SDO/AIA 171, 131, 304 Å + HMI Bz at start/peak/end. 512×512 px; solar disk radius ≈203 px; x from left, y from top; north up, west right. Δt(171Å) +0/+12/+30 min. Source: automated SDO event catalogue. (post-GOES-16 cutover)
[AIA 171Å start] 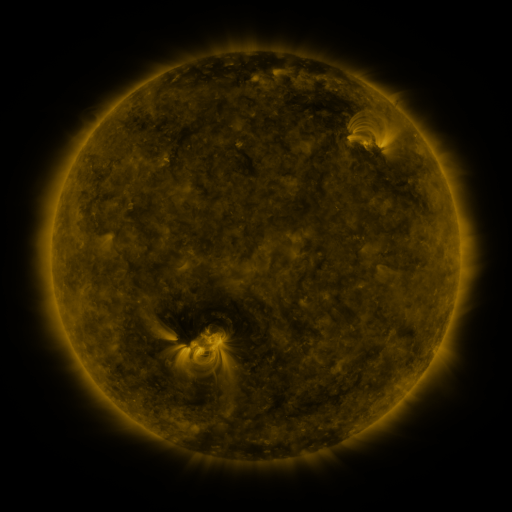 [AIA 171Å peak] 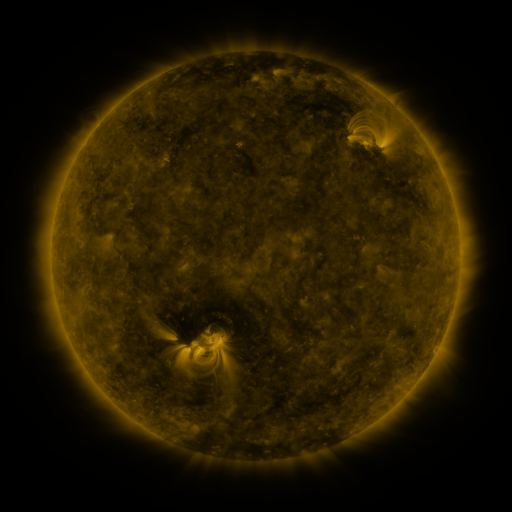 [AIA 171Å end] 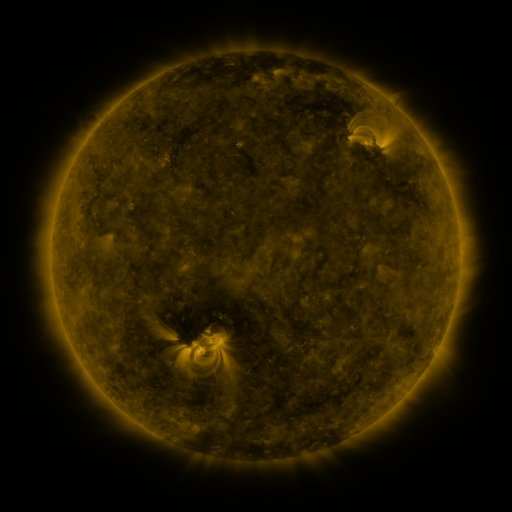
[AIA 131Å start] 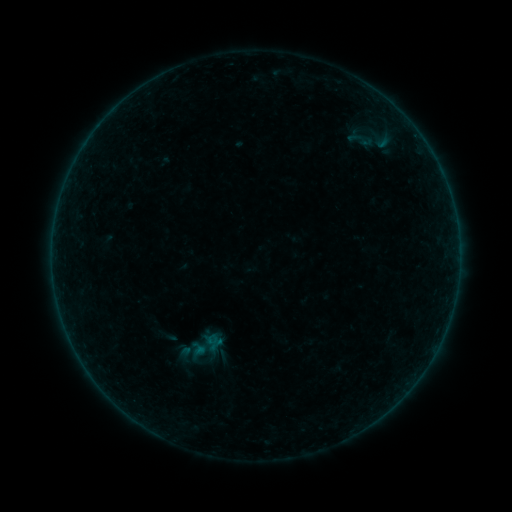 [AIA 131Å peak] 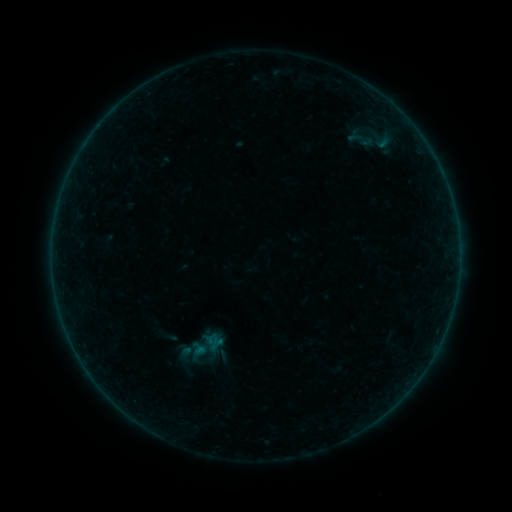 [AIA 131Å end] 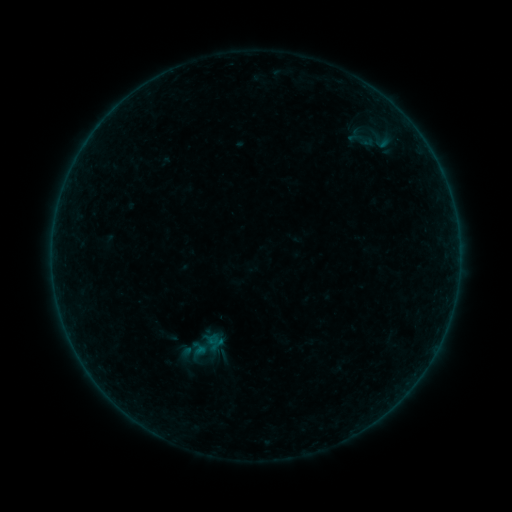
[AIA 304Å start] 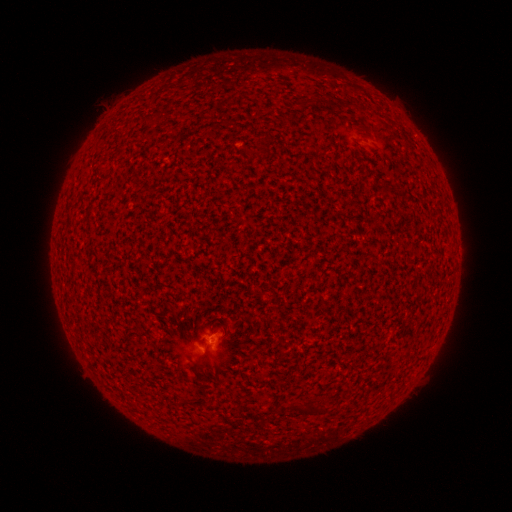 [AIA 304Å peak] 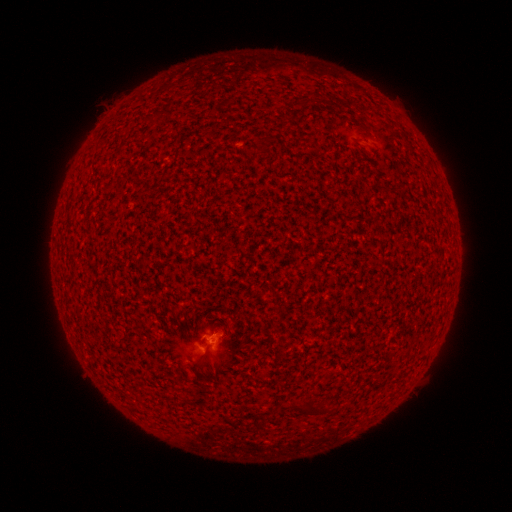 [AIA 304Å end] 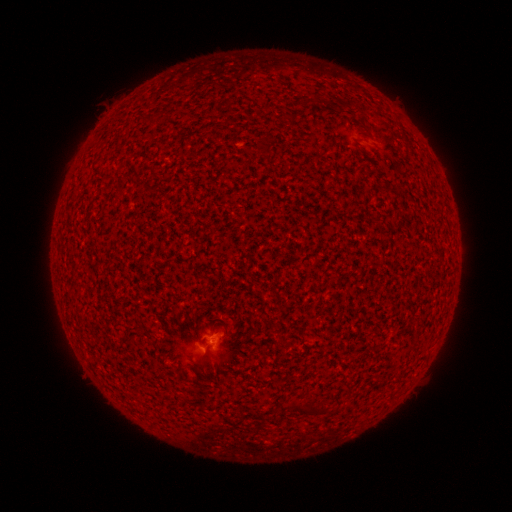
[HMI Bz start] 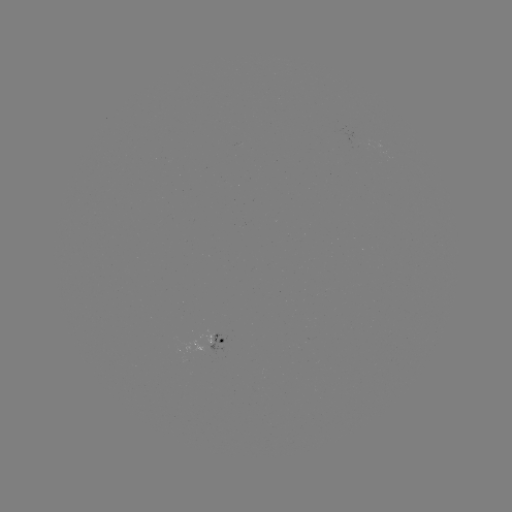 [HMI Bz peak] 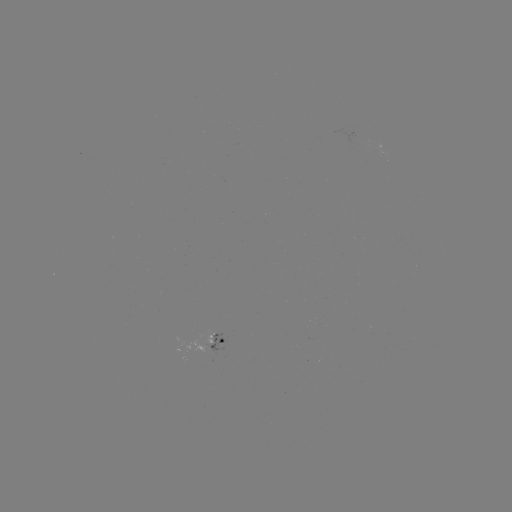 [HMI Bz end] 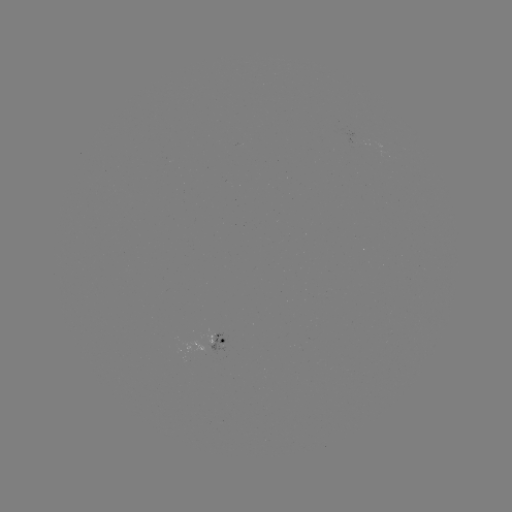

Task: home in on A4.9 flare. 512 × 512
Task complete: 213,333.